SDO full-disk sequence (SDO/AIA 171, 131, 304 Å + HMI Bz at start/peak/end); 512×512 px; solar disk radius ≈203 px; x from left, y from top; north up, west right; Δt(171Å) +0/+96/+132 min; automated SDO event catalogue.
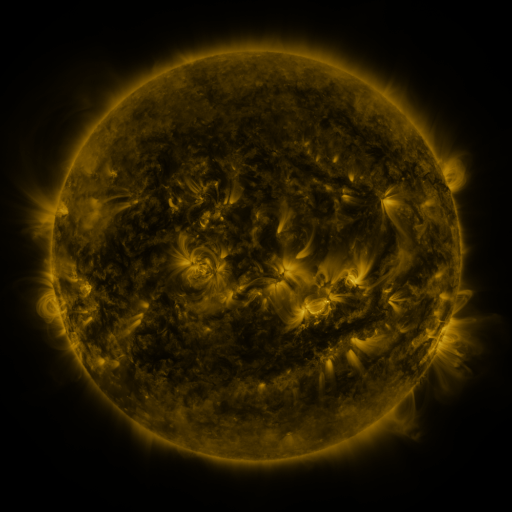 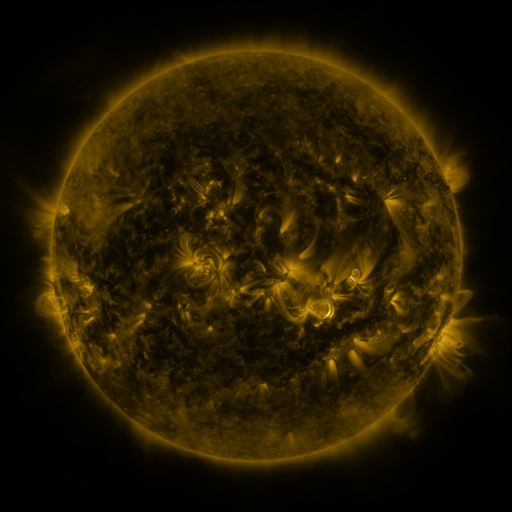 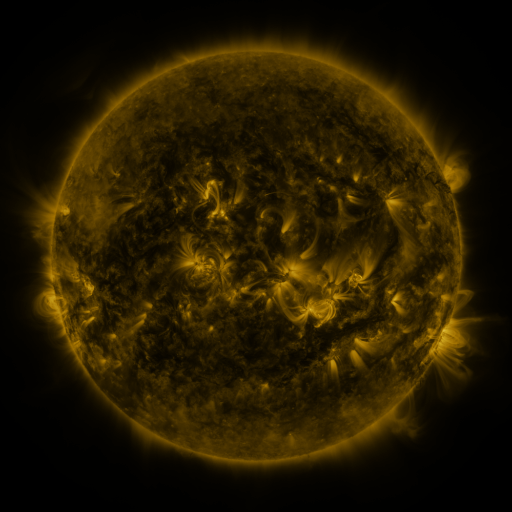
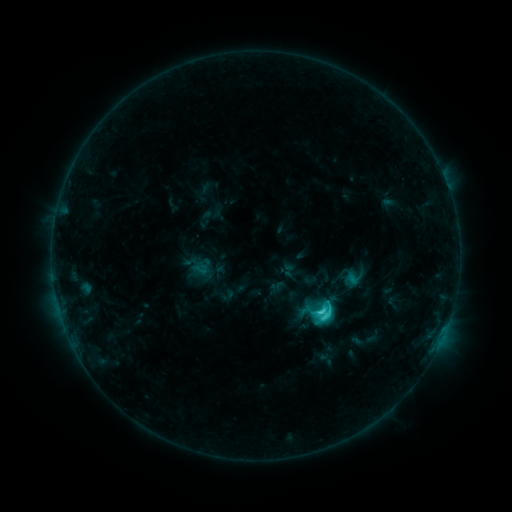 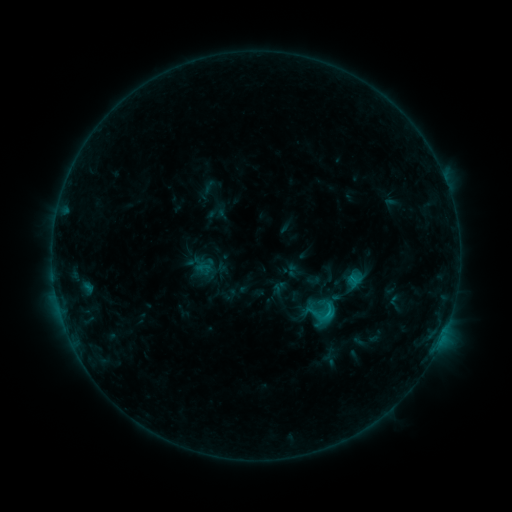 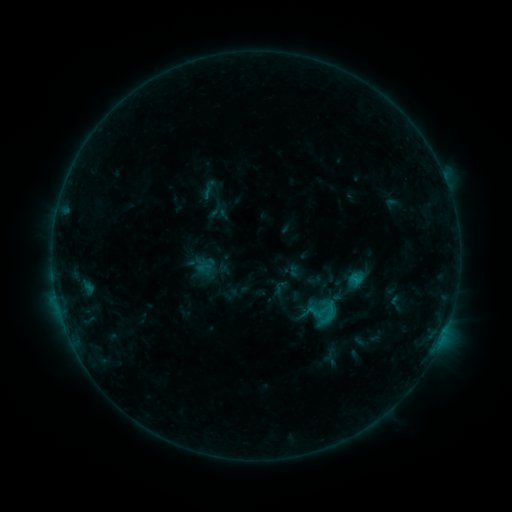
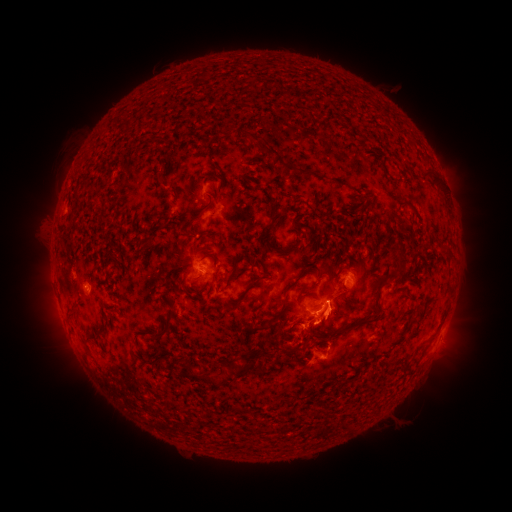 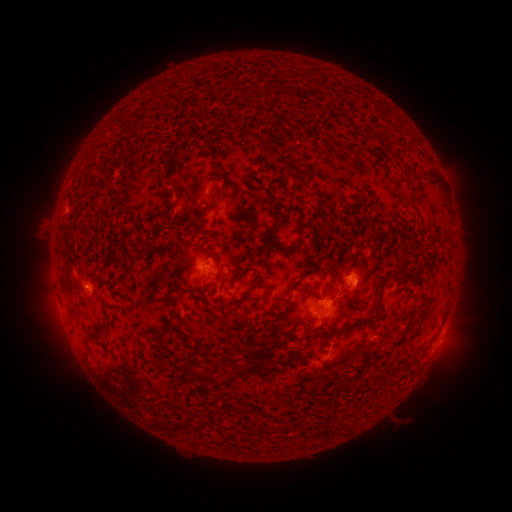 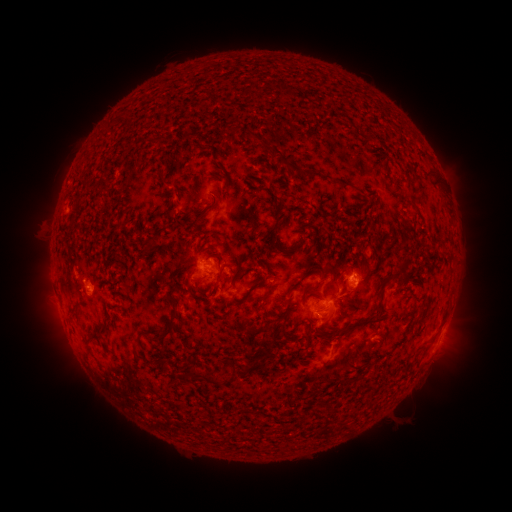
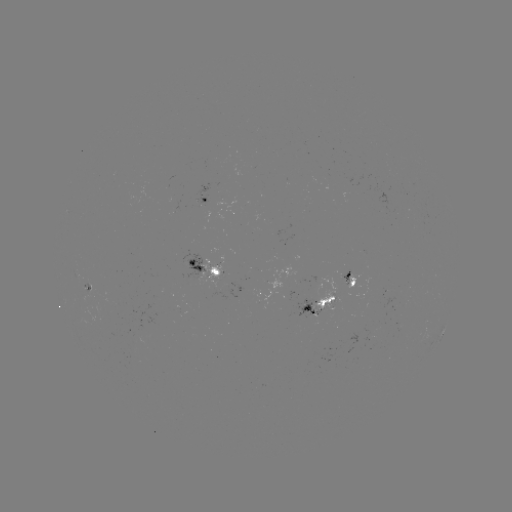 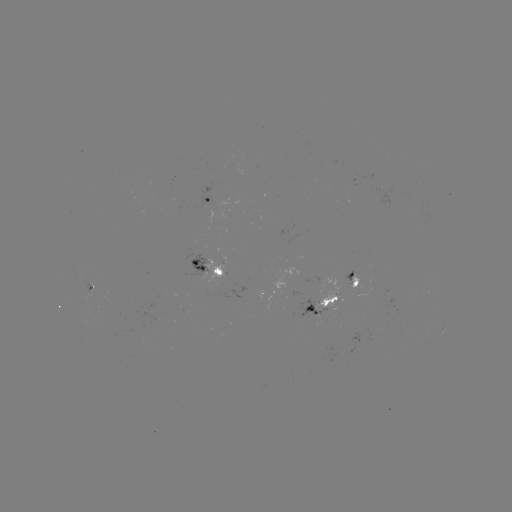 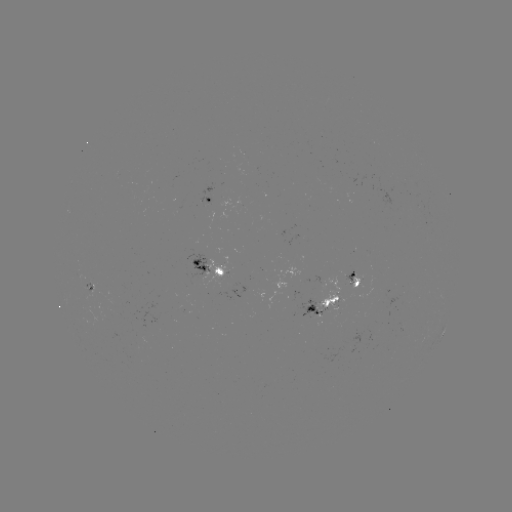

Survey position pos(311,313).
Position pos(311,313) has emerging-flux region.